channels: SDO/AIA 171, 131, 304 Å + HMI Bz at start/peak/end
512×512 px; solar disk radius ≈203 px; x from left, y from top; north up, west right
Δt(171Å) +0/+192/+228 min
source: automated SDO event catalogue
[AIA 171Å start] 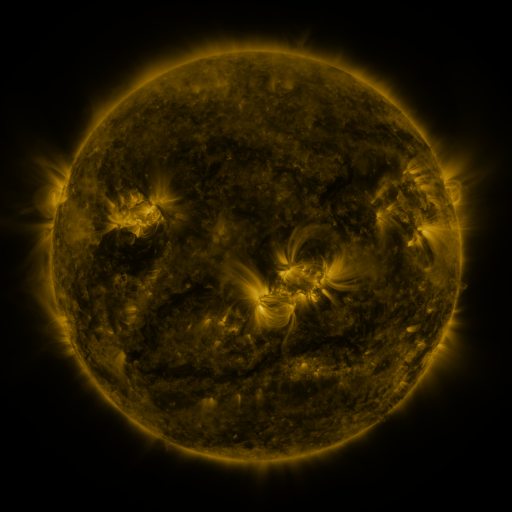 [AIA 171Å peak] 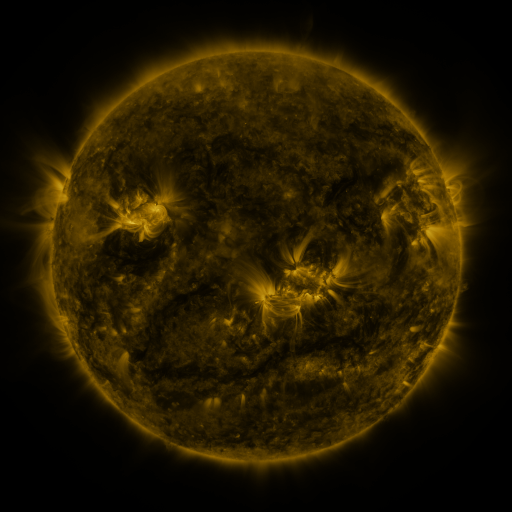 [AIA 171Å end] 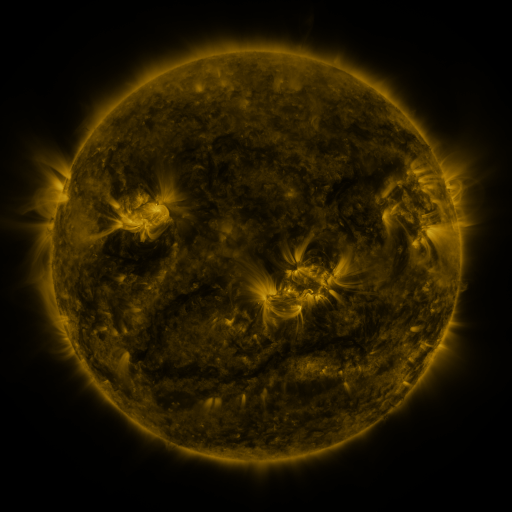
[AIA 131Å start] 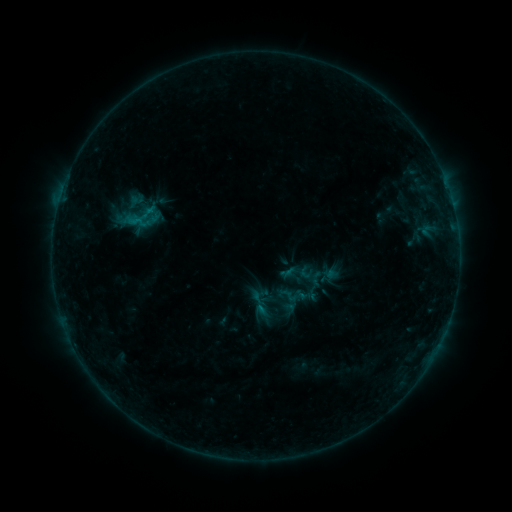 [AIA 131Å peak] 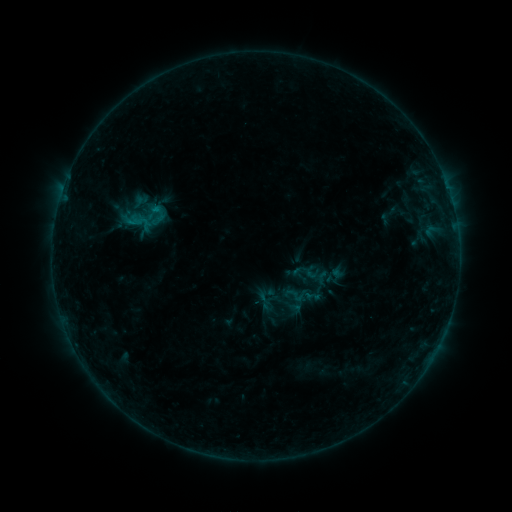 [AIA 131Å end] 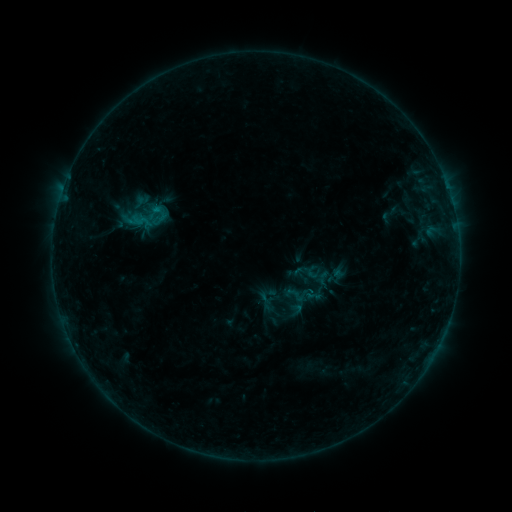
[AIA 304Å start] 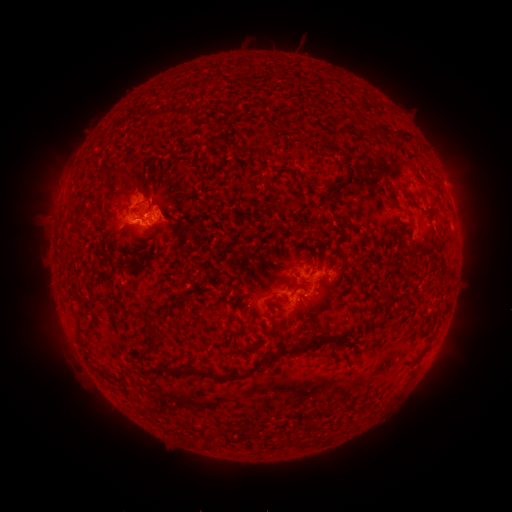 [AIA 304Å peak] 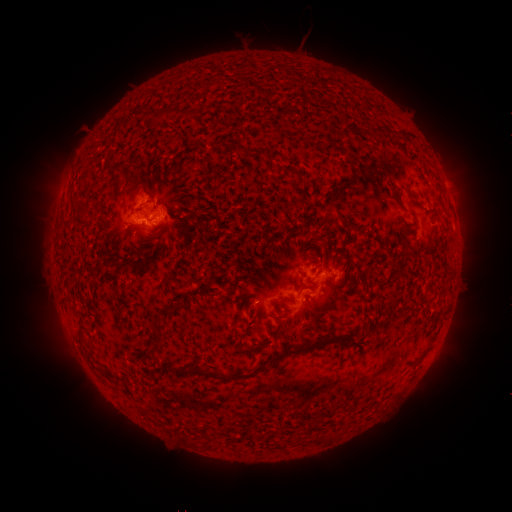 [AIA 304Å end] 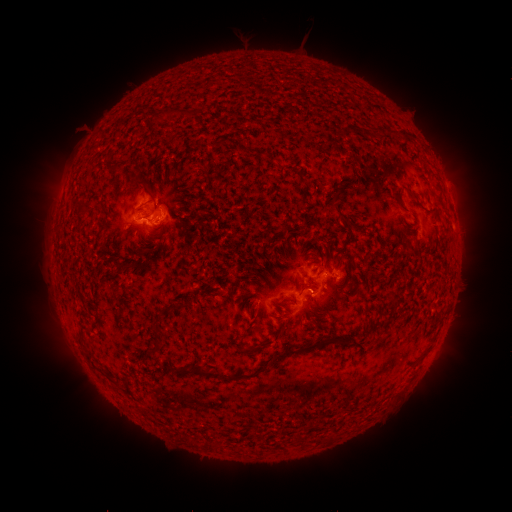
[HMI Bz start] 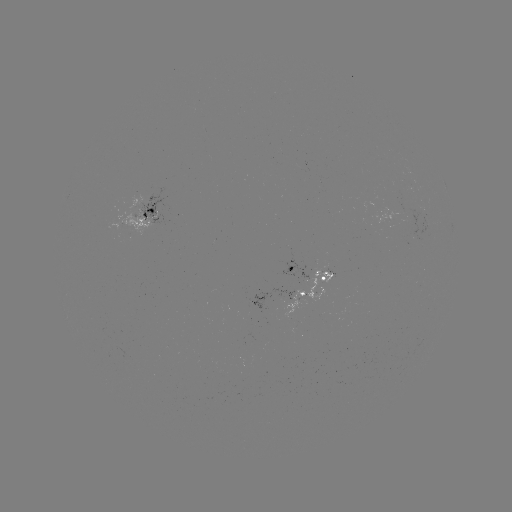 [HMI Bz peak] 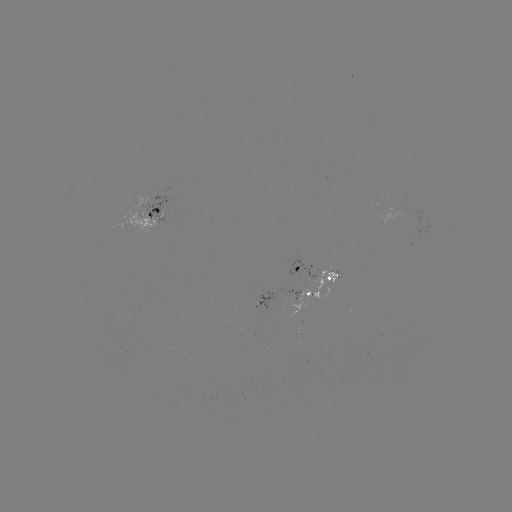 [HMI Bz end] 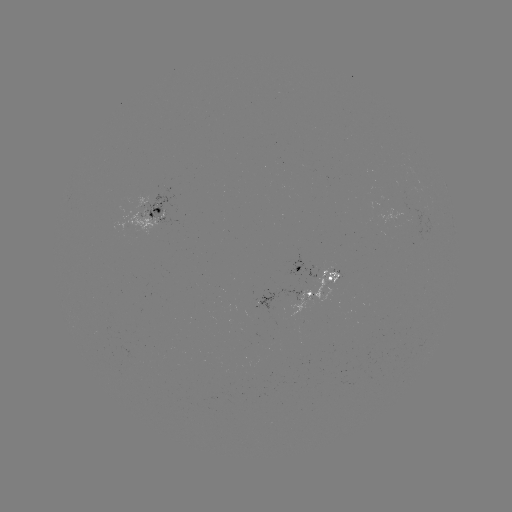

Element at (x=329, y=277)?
emerging-flux region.